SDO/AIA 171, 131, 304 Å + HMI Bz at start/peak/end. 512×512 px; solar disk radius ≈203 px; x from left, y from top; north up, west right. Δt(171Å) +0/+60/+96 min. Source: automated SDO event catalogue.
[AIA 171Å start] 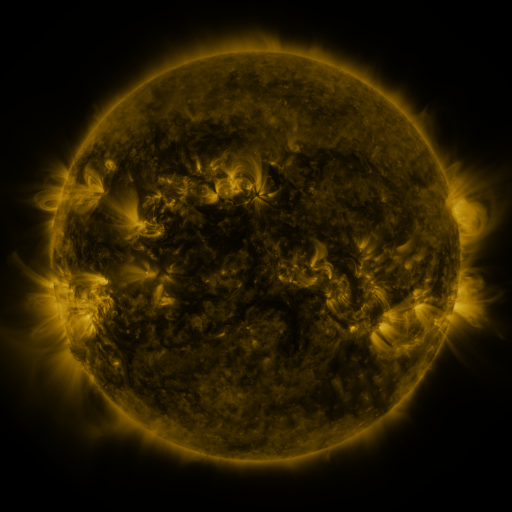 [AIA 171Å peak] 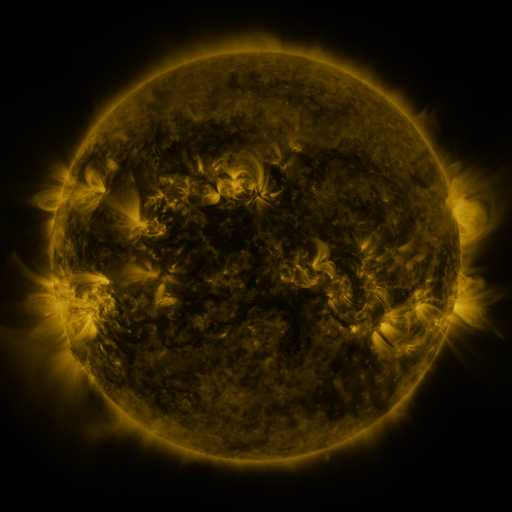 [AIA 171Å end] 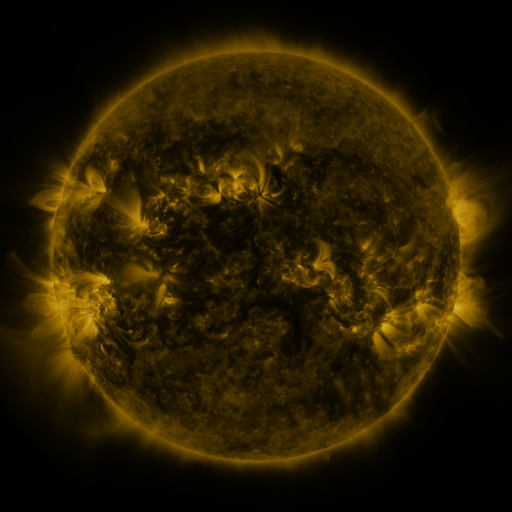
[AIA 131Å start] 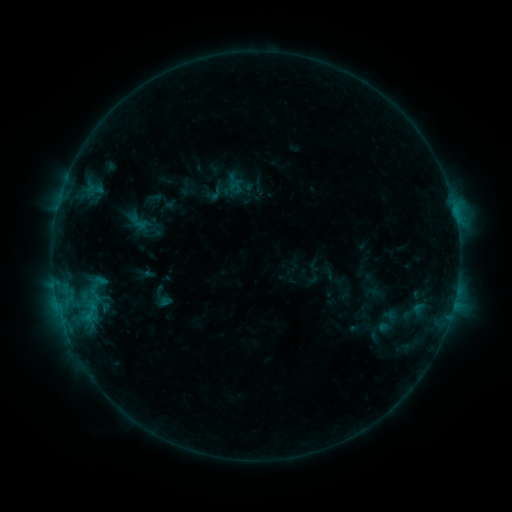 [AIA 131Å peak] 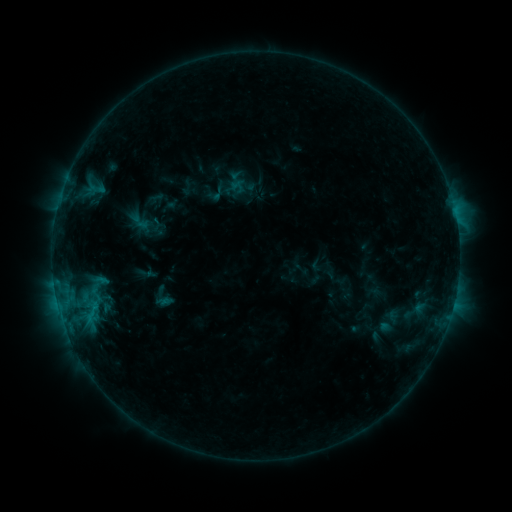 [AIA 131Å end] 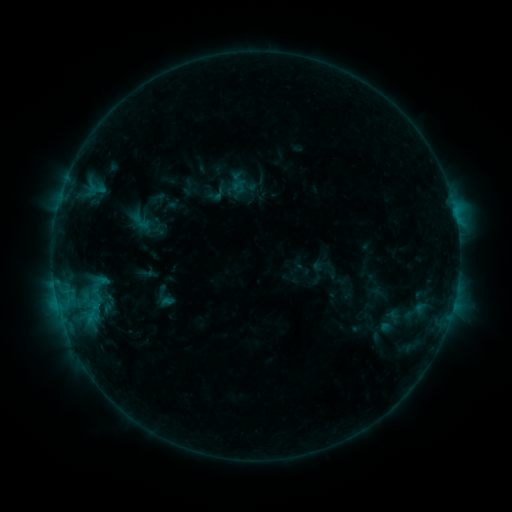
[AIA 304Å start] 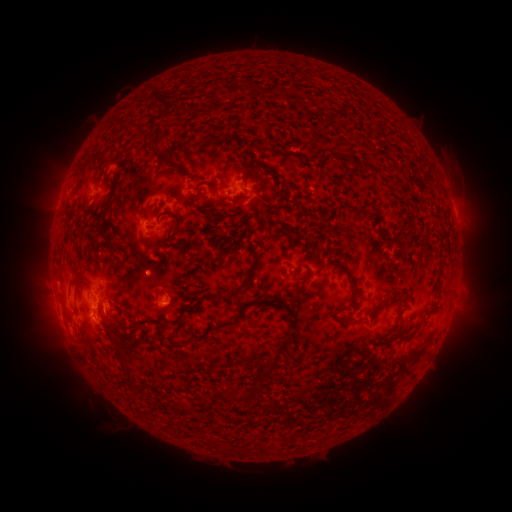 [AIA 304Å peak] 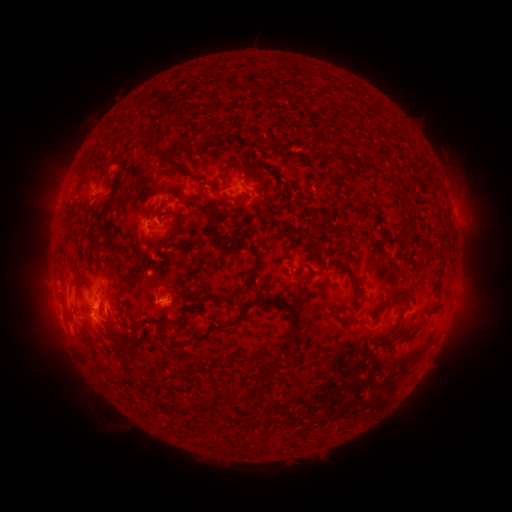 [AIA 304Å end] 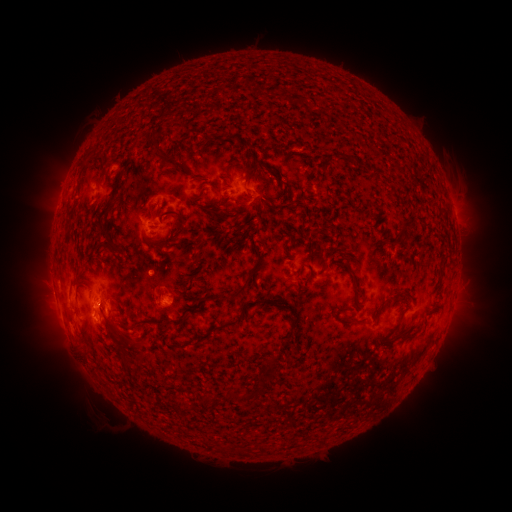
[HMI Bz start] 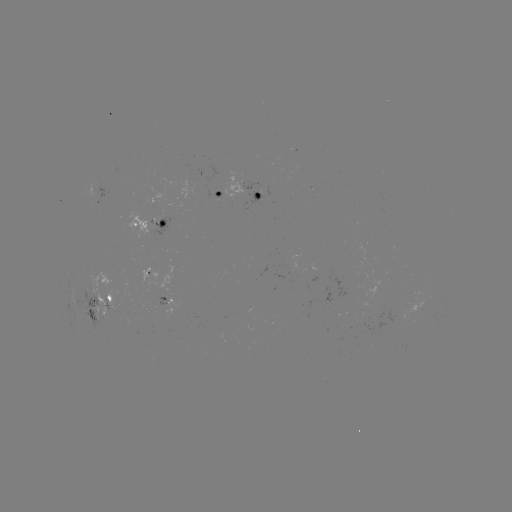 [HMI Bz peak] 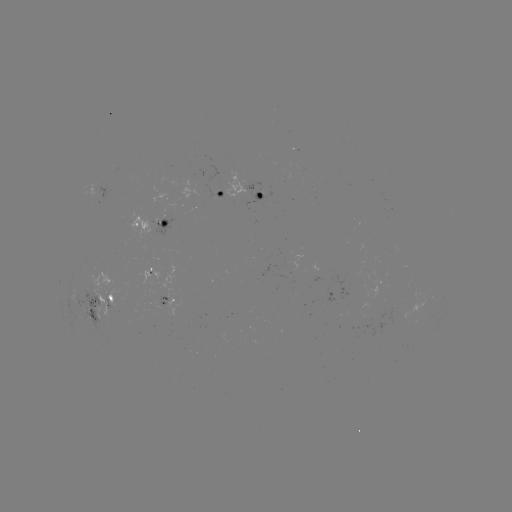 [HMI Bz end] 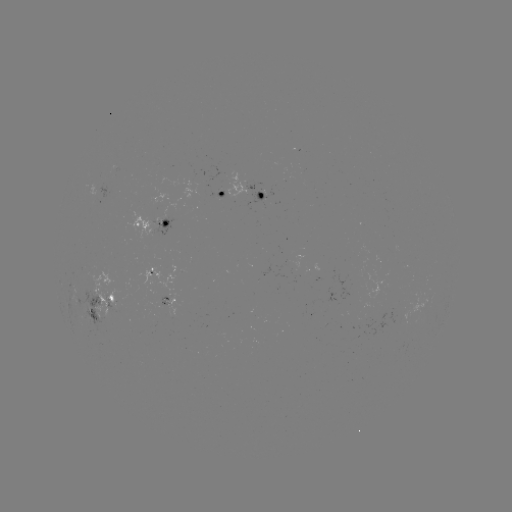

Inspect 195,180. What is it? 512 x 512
emerging-flux region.